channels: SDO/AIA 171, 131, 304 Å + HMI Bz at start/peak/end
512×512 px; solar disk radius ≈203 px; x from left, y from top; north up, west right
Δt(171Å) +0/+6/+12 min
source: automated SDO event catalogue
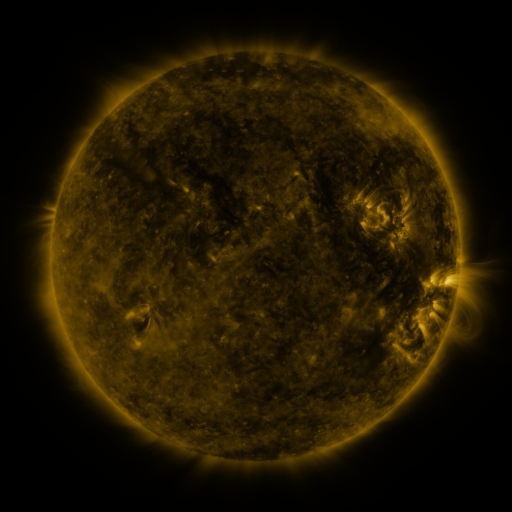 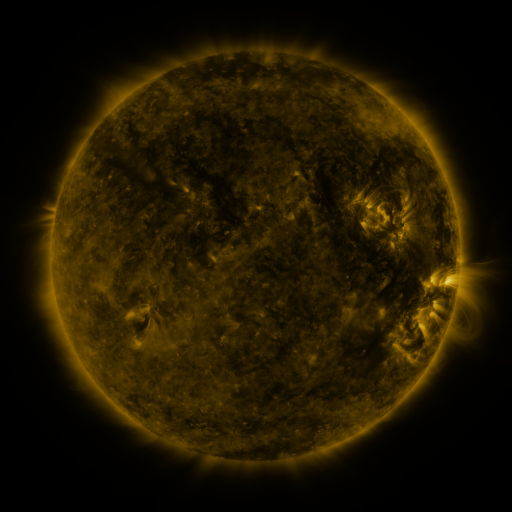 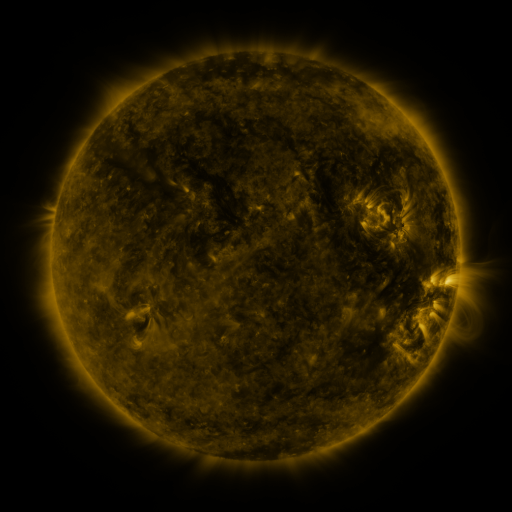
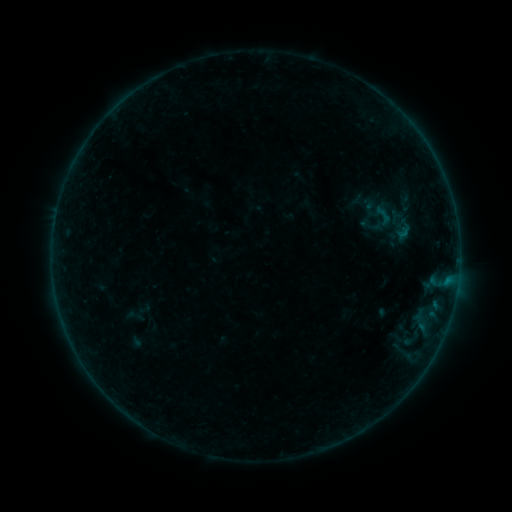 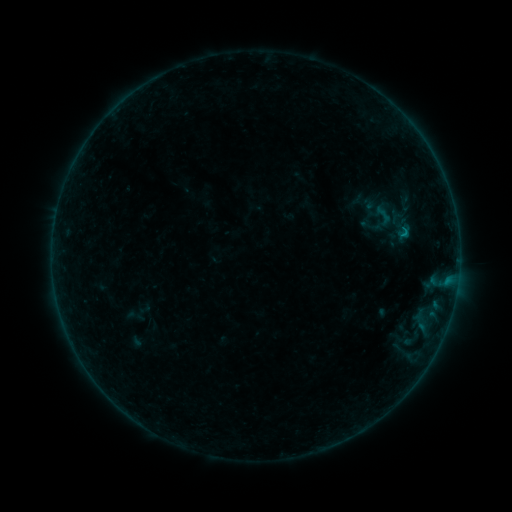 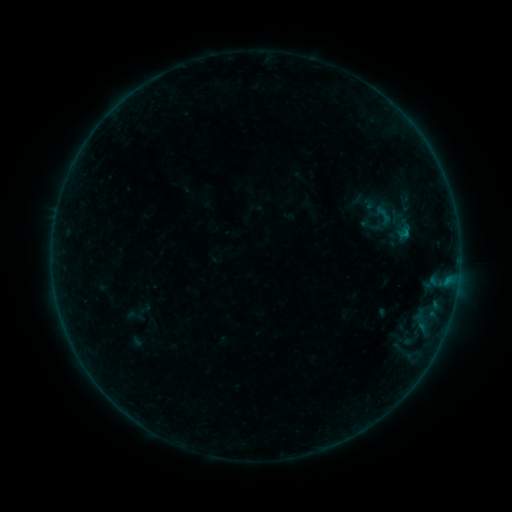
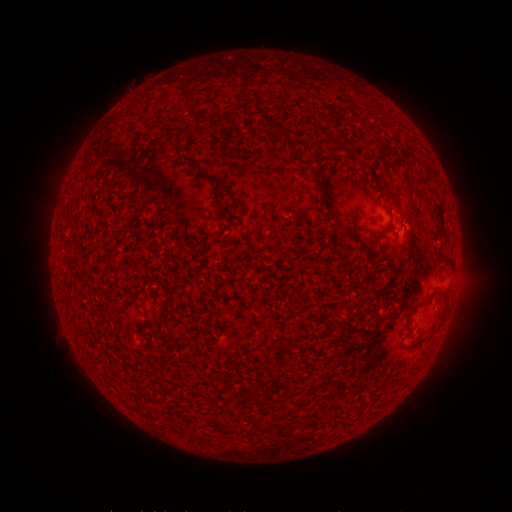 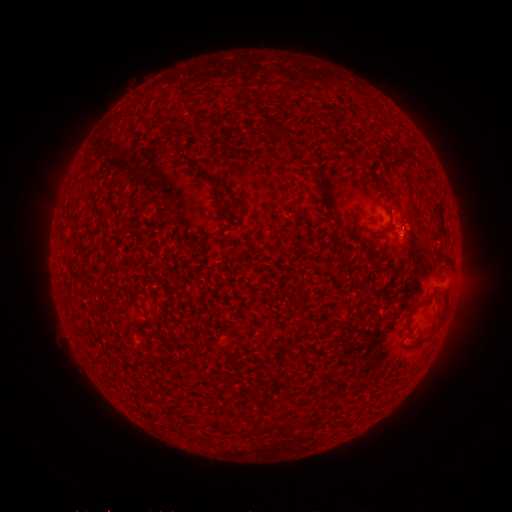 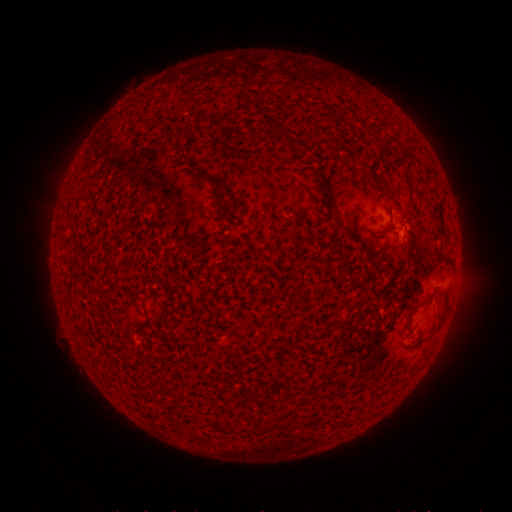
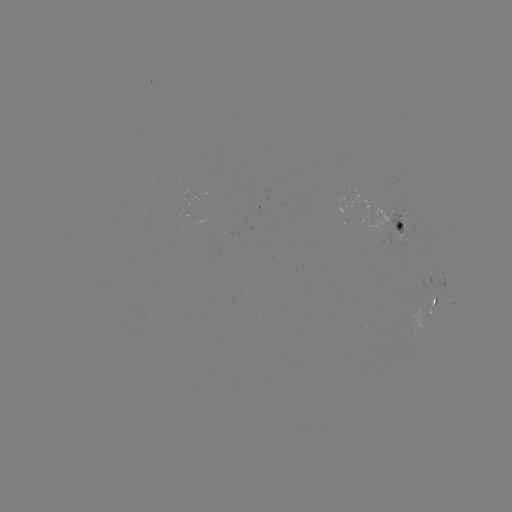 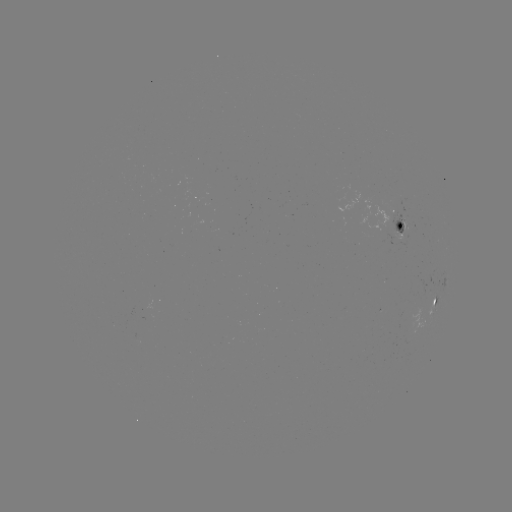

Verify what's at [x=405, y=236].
B2.4 flare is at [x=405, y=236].